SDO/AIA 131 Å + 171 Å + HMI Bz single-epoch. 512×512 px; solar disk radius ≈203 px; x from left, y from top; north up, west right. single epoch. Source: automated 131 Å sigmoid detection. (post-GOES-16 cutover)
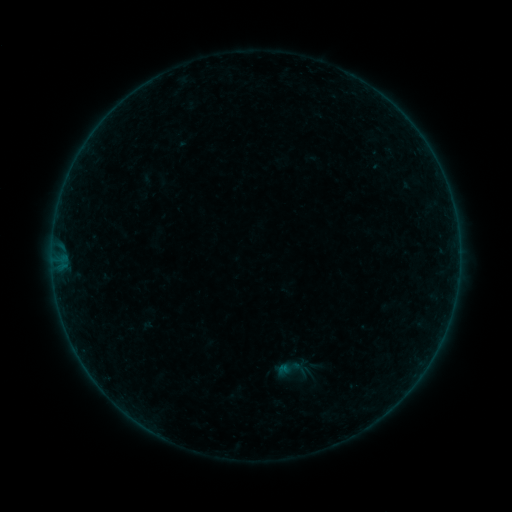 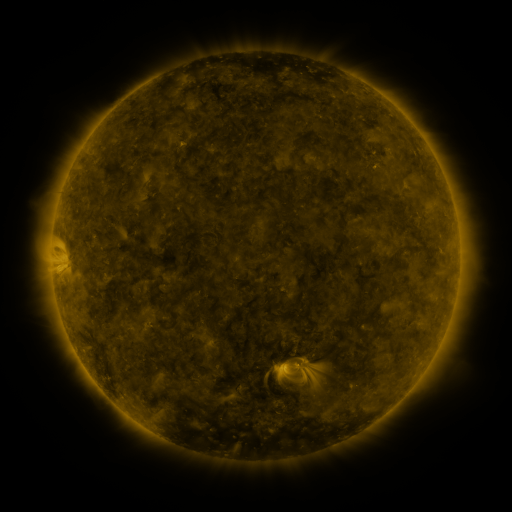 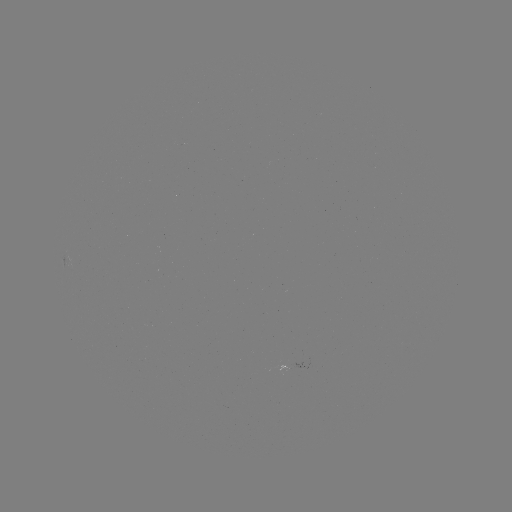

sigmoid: (274, 352, 308, 387)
